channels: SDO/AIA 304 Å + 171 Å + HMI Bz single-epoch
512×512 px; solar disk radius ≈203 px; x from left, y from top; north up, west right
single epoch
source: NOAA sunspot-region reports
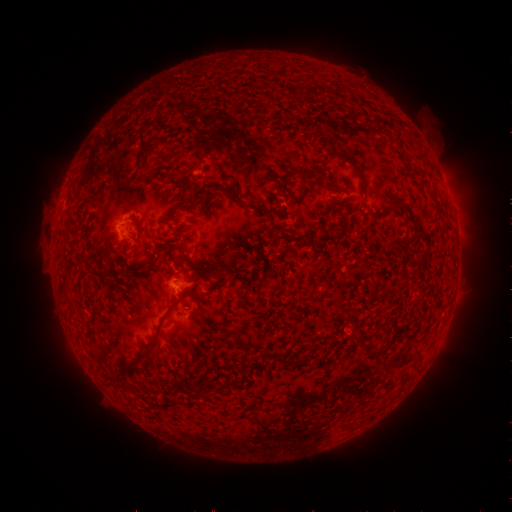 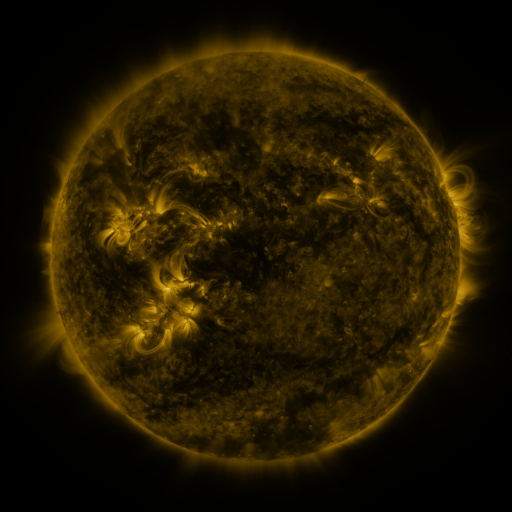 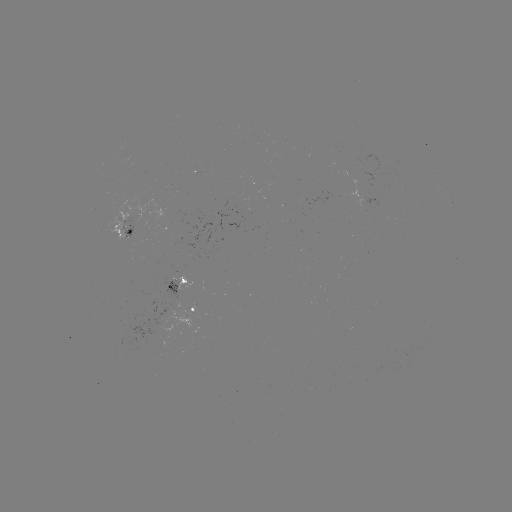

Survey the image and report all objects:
spotted active region: (130, 227)
spotted active region: (181, 285)
spotted active region: (196, 309)
